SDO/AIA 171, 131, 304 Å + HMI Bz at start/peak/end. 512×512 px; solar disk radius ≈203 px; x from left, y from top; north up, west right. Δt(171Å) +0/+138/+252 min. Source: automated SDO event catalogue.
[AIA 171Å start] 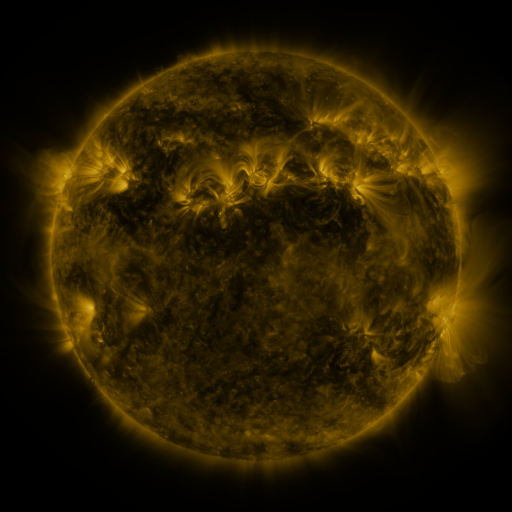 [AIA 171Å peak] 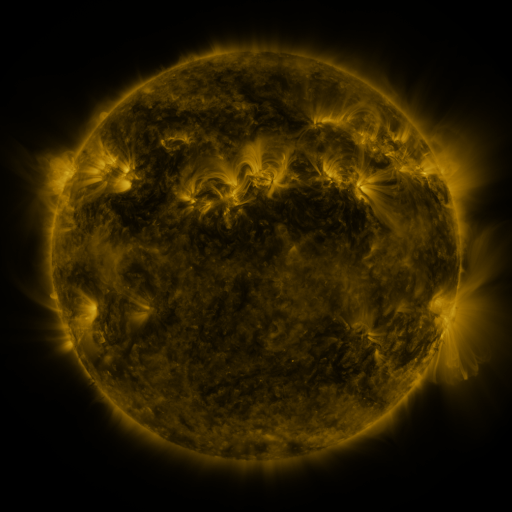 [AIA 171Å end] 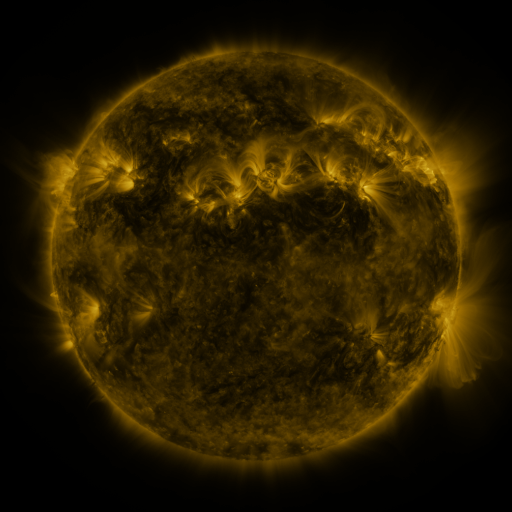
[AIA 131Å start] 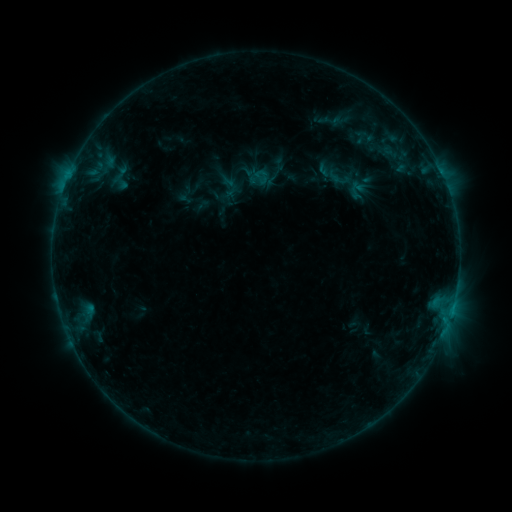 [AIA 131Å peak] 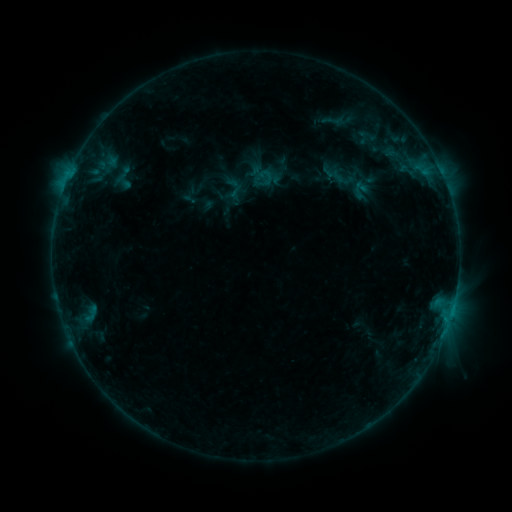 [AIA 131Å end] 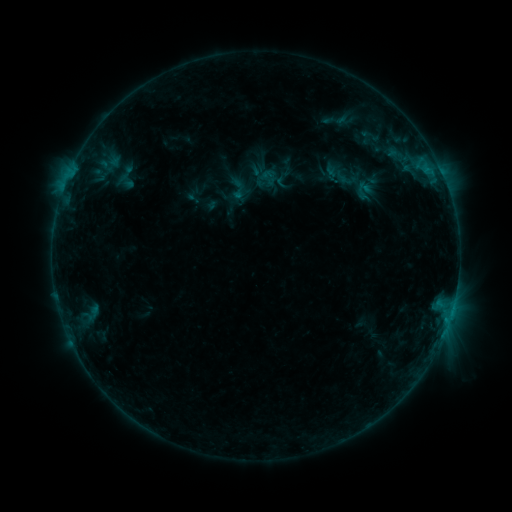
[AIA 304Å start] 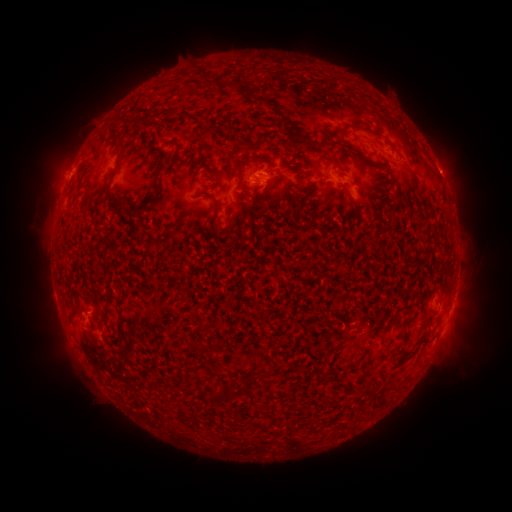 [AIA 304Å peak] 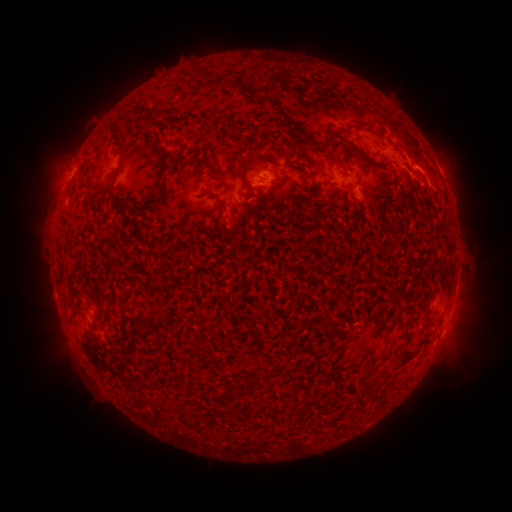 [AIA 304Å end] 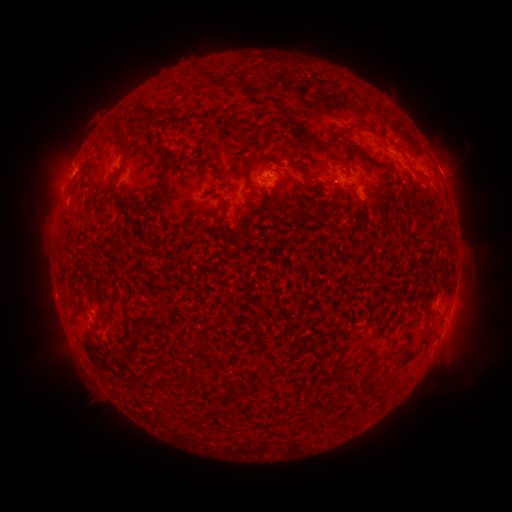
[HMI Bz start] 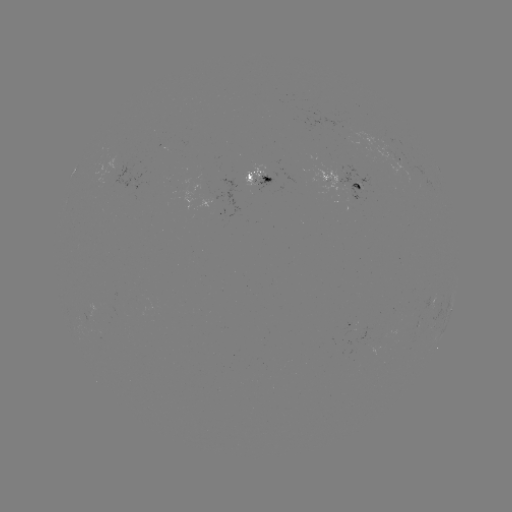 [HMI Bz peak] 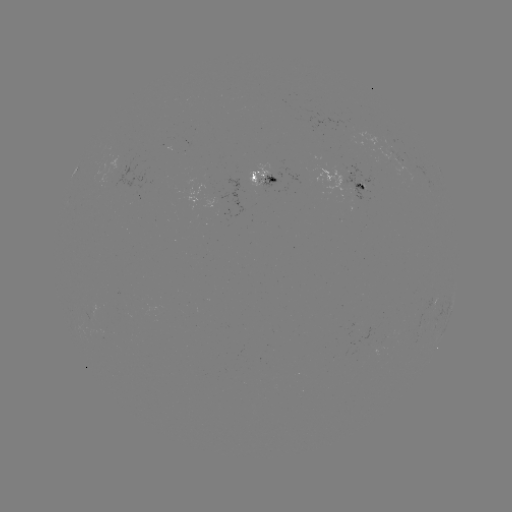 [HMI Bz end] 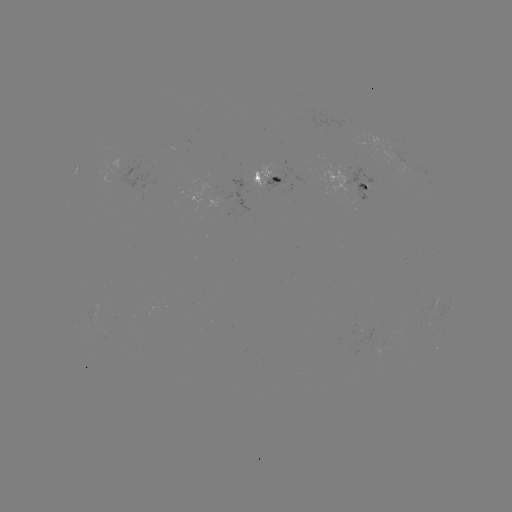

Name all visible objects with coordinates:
B8.7 flare: (420, 161)
